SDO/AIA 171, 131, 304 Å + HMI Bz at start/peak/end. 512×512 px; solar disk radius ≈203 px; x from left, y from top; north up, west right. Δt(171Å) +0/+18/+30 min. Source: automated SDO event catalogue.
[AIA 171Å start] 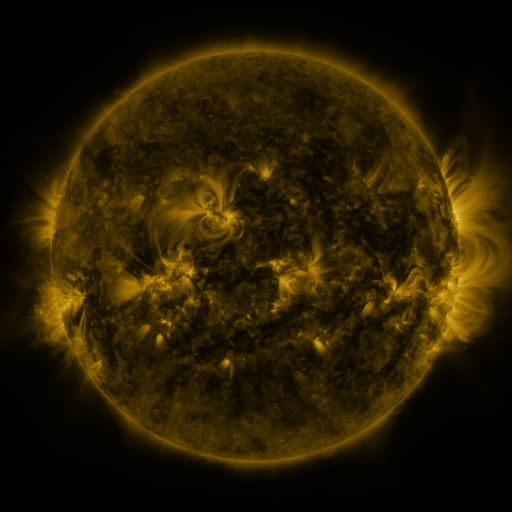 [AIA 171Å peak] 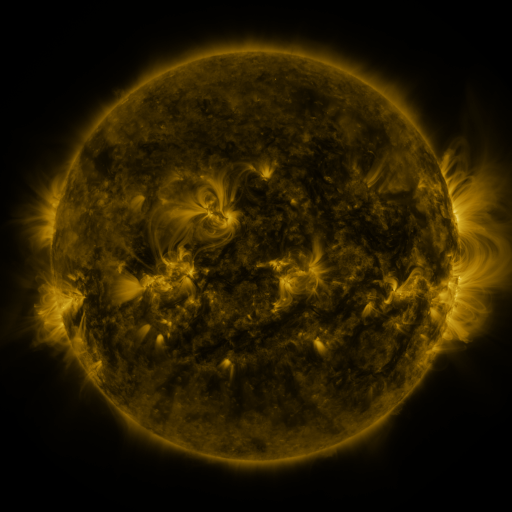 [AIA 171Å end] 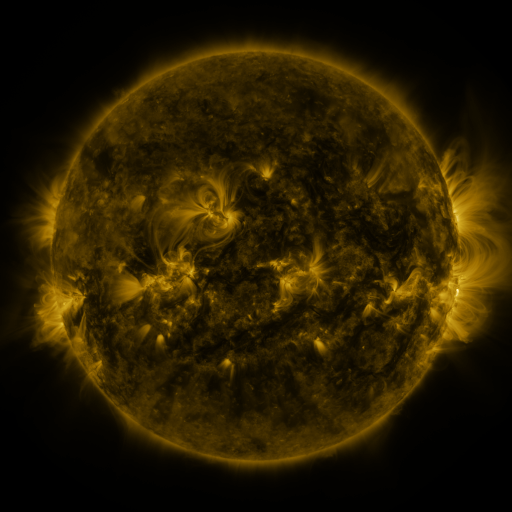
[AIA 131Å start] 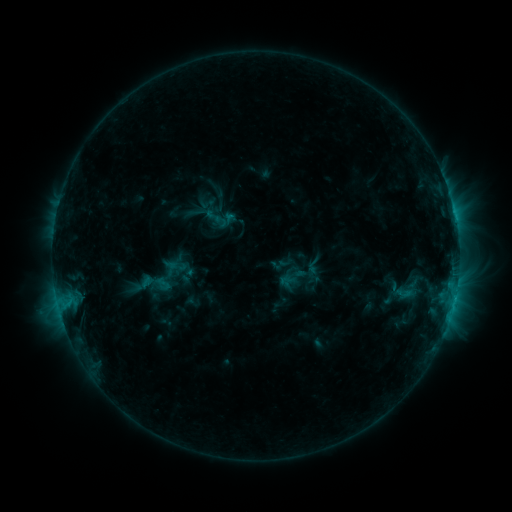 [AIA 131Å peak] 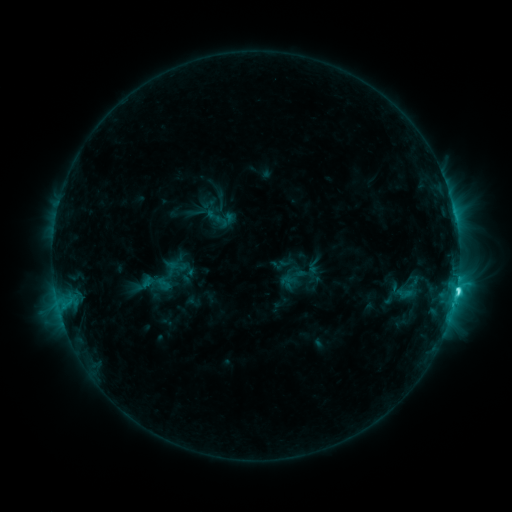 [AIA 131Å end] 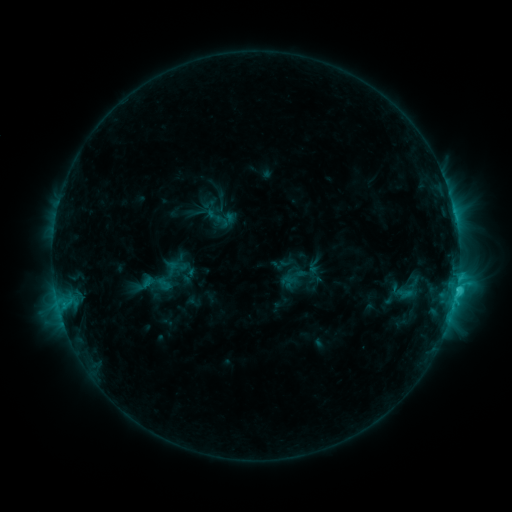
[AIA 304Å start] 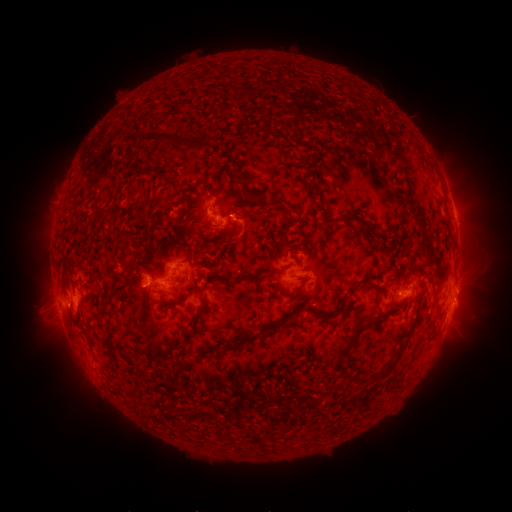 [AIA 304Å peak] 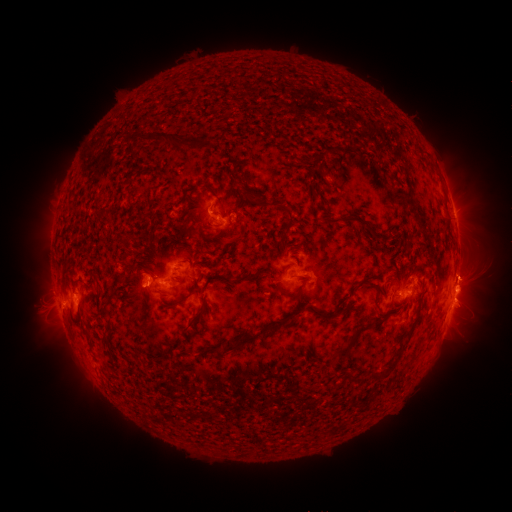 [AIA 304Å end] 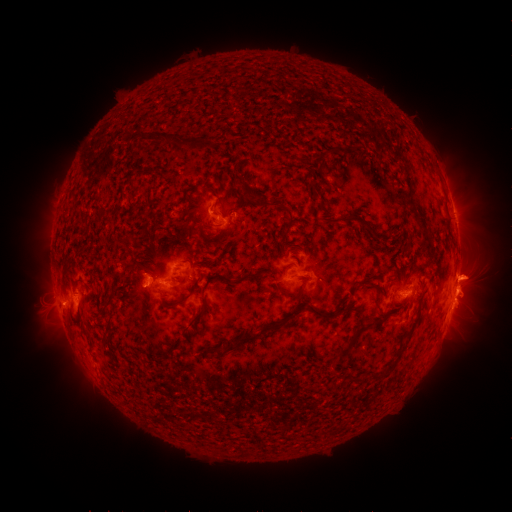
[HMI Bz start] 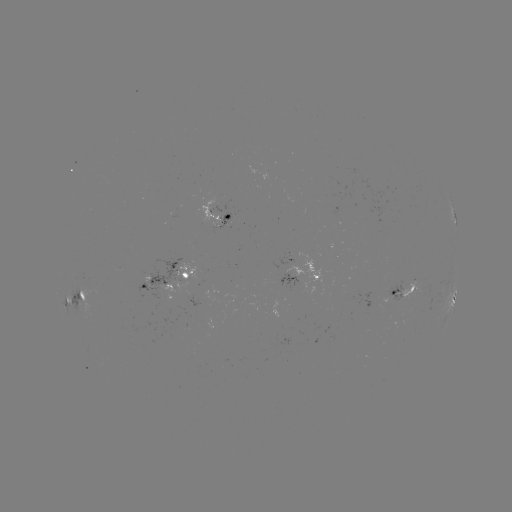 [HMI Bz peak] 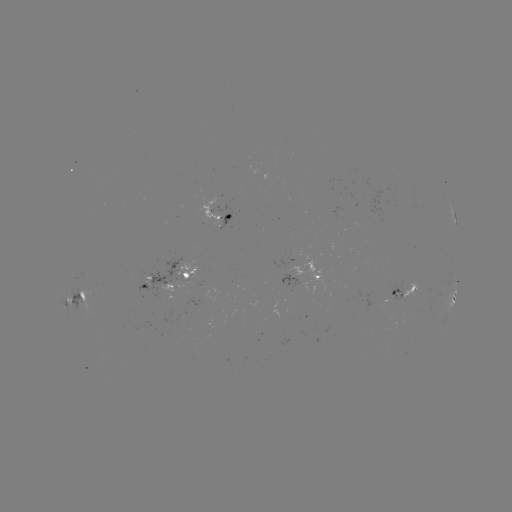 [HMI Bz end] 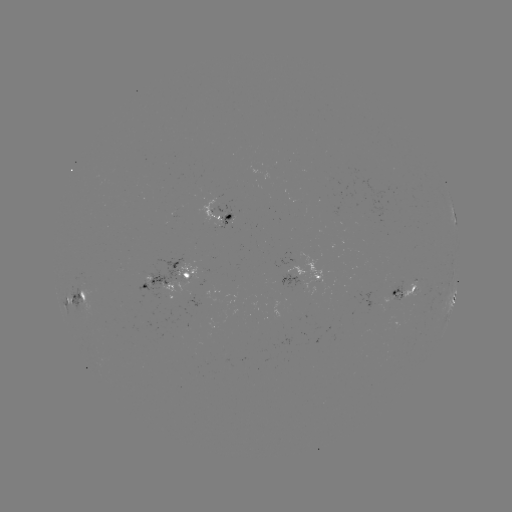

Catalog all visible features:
C5.2 flare: (456, 287)
